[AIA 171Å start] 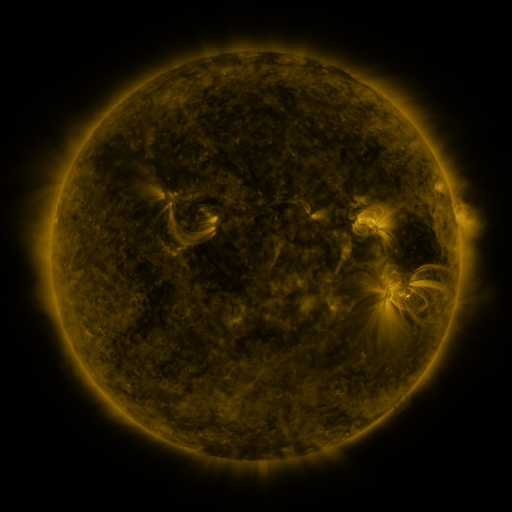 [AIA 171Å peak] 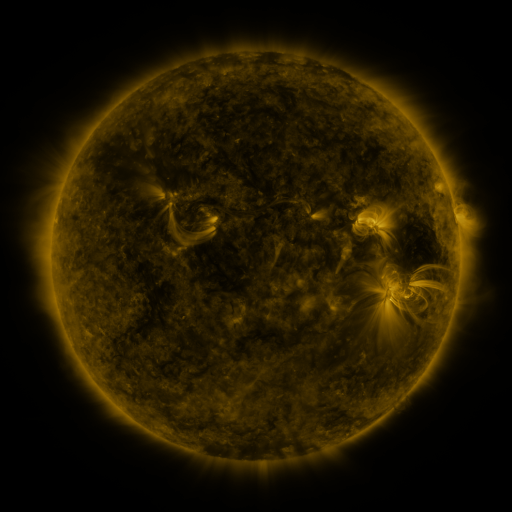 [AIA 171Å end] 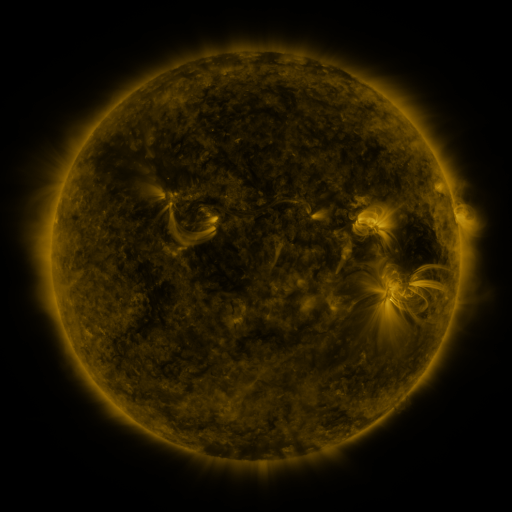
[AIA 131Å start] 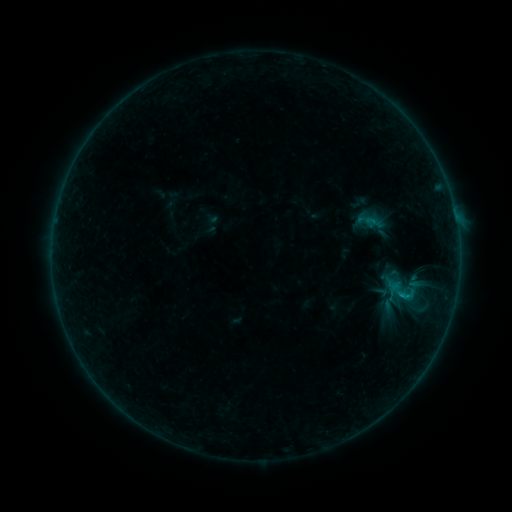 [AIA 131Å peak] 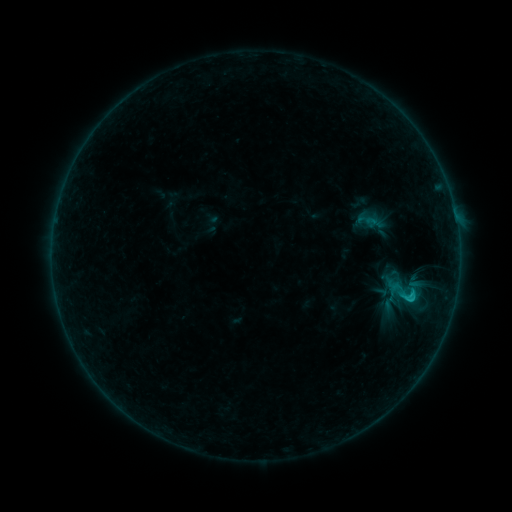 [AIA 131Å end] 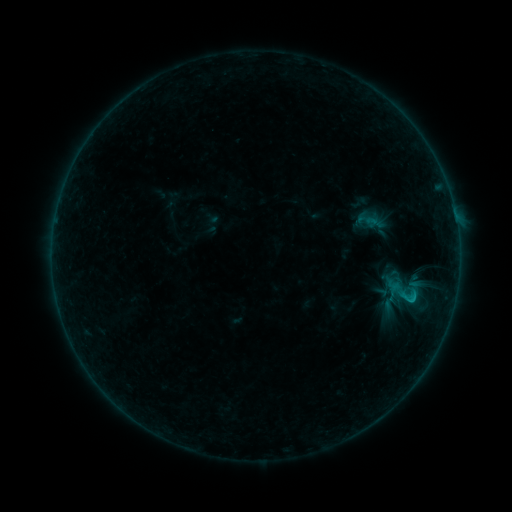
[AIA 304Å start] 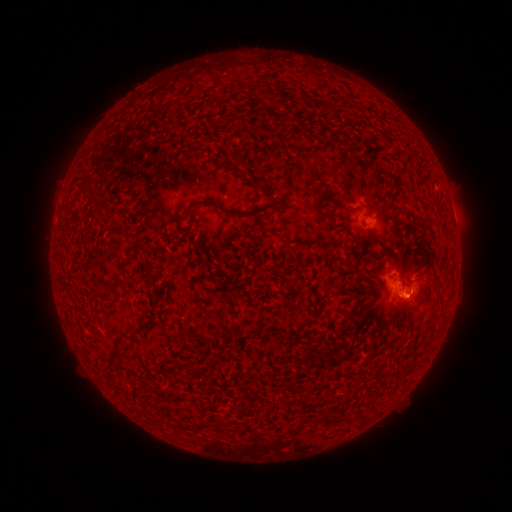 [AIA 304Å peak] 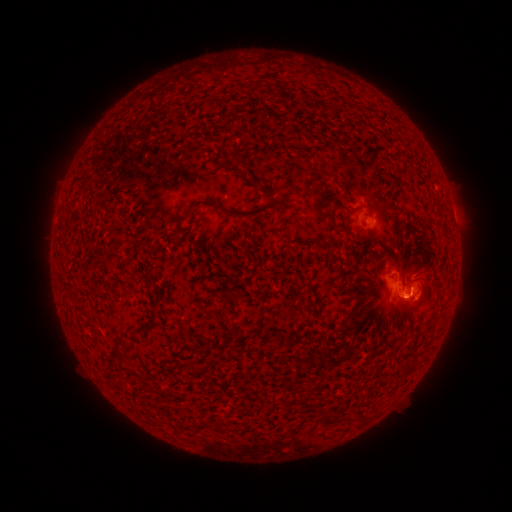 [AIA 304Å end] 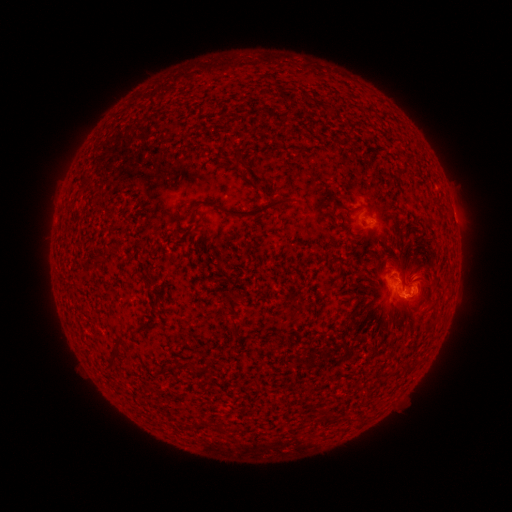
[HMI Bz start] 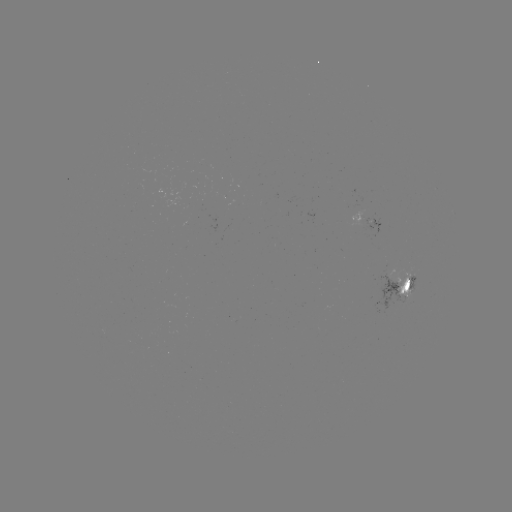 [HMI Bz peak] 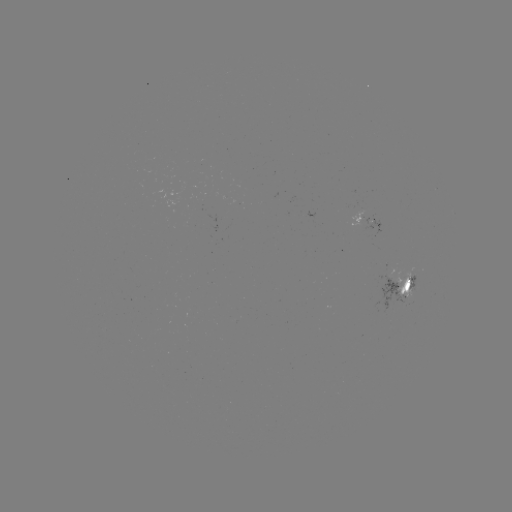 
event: flare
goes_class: B8.5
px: (408, 294)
